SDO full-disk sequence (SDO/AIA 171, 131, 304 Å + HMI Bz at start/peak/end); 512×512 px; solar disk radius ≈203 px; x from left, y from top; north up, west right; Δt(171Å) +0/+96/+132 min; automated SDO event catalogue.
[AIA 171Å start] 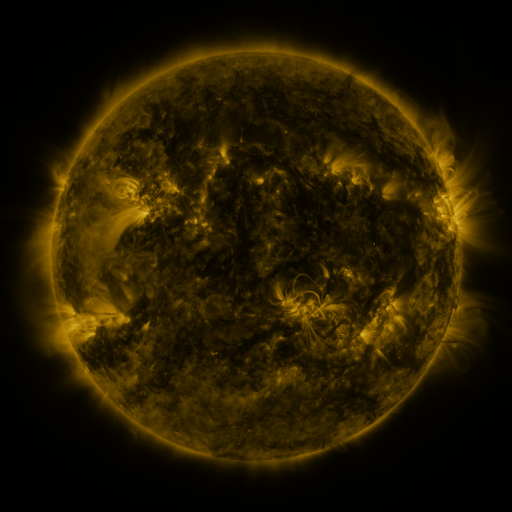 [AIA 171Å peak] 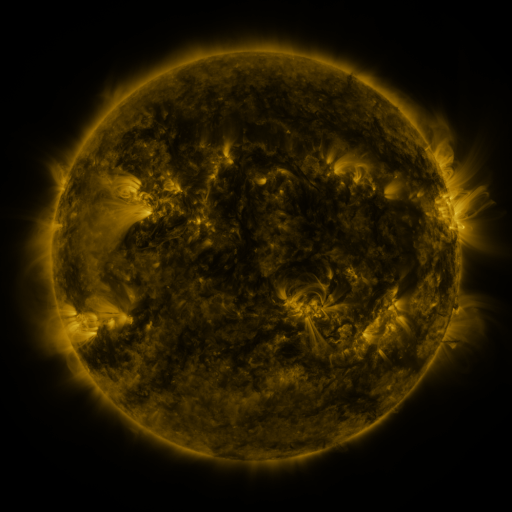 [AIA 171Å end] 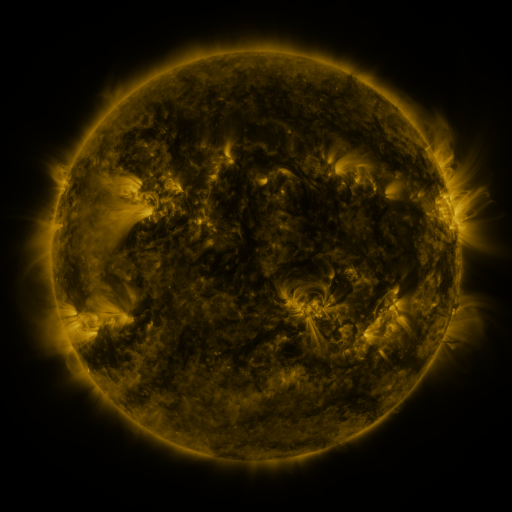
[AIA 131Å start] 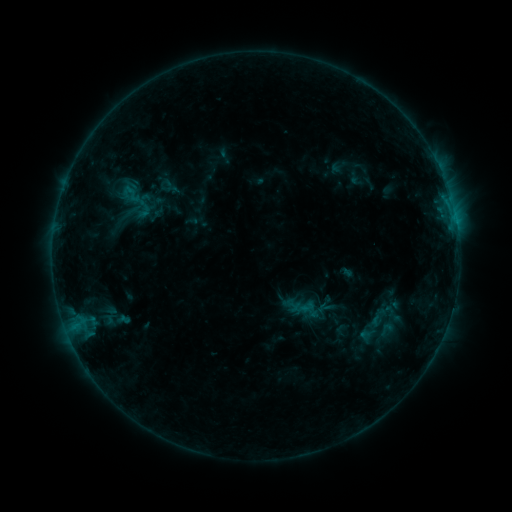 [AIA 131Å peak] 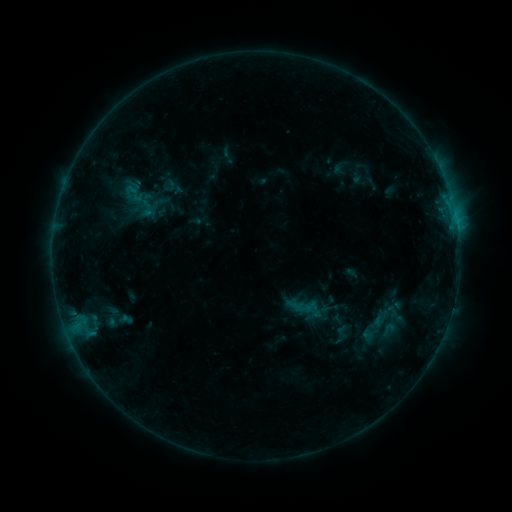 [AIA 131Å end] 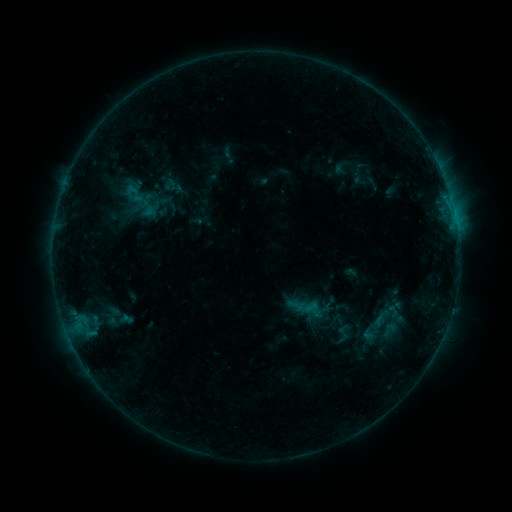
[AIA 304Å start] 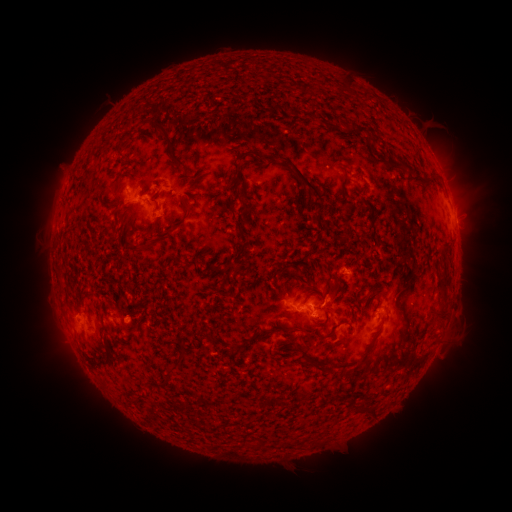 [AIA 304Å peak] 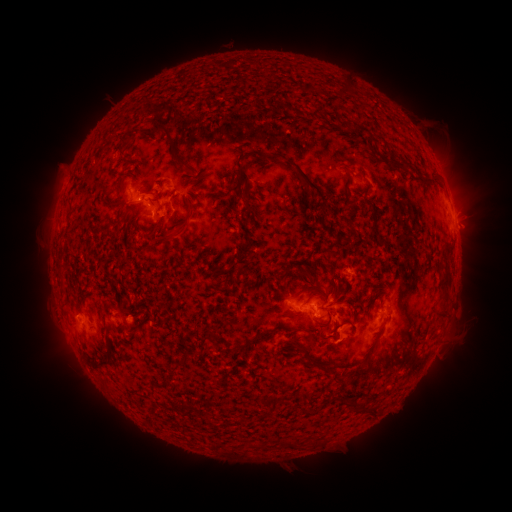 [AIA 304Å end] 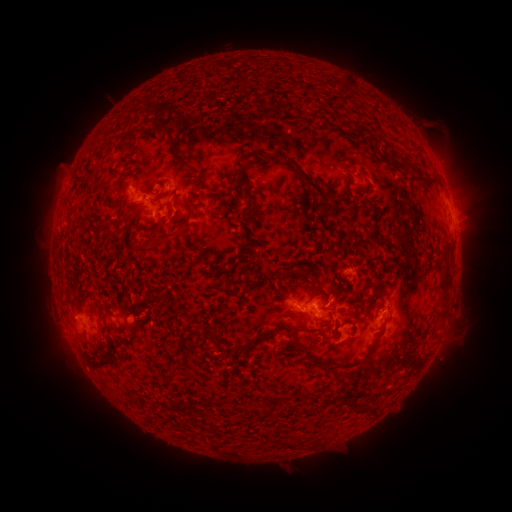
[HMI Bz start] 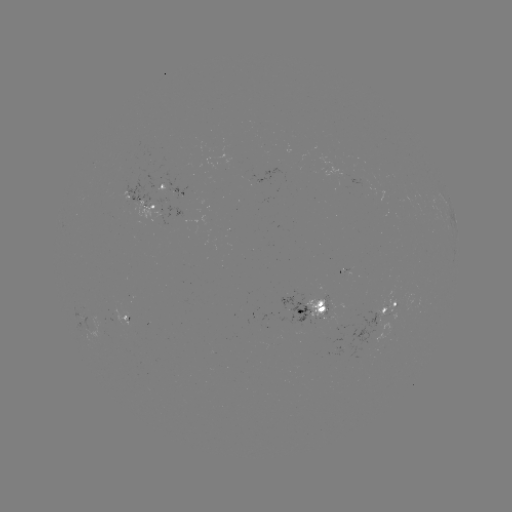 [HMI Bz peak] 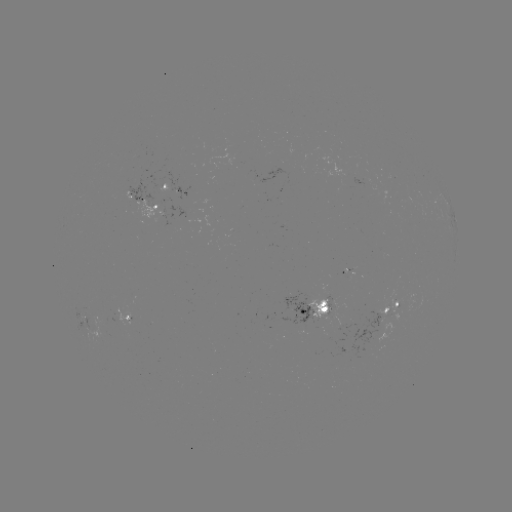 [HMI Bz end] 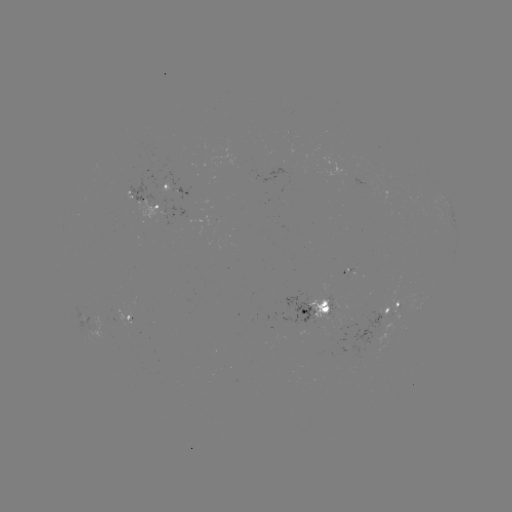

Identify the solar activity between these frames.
emerging-flux region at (366, 184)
